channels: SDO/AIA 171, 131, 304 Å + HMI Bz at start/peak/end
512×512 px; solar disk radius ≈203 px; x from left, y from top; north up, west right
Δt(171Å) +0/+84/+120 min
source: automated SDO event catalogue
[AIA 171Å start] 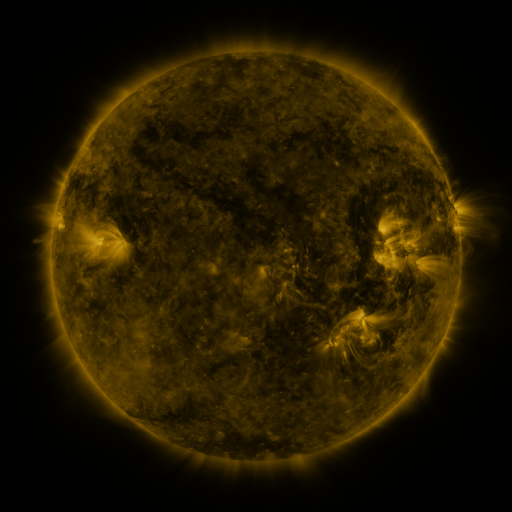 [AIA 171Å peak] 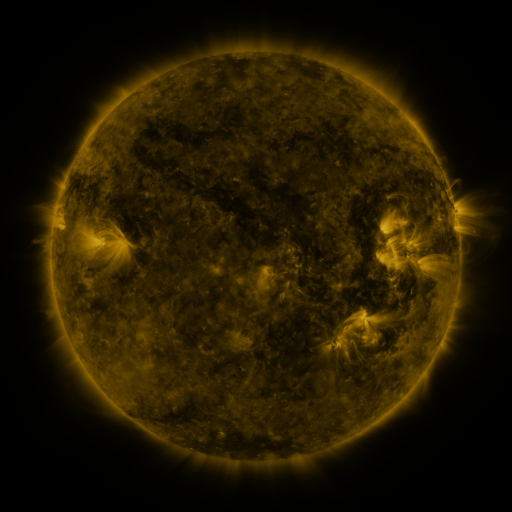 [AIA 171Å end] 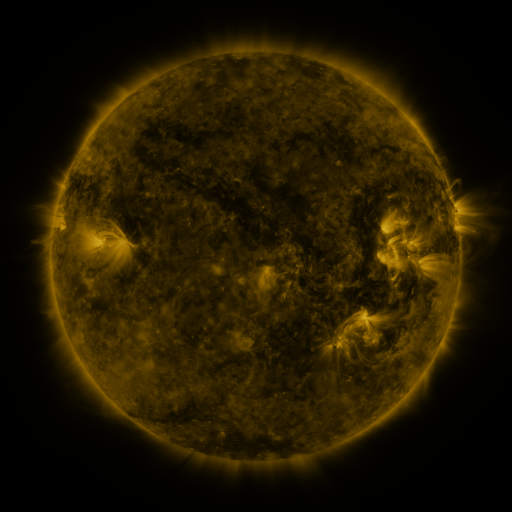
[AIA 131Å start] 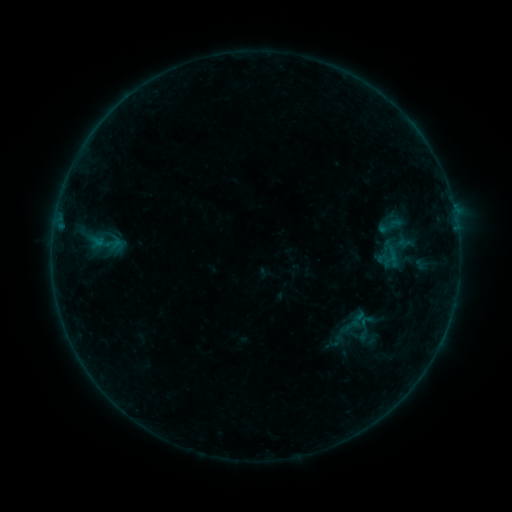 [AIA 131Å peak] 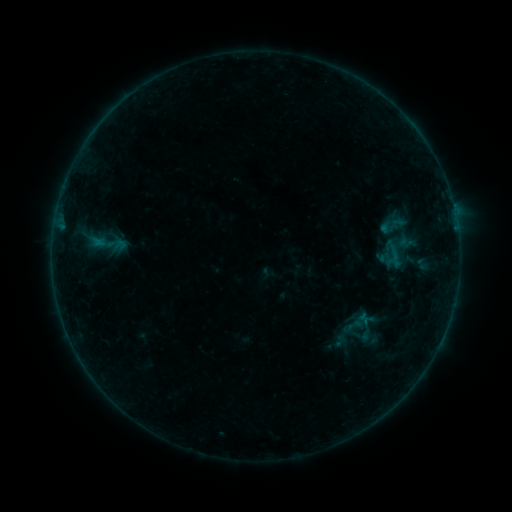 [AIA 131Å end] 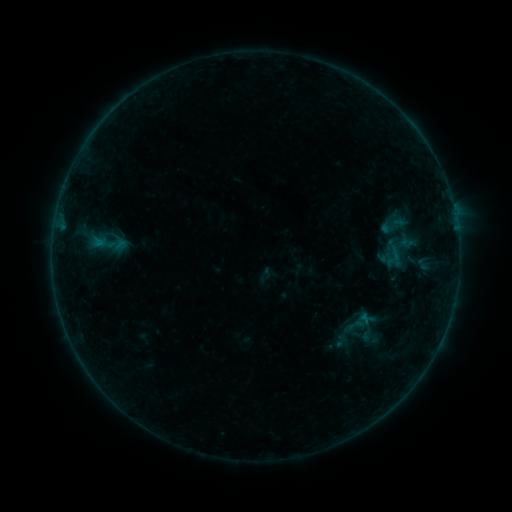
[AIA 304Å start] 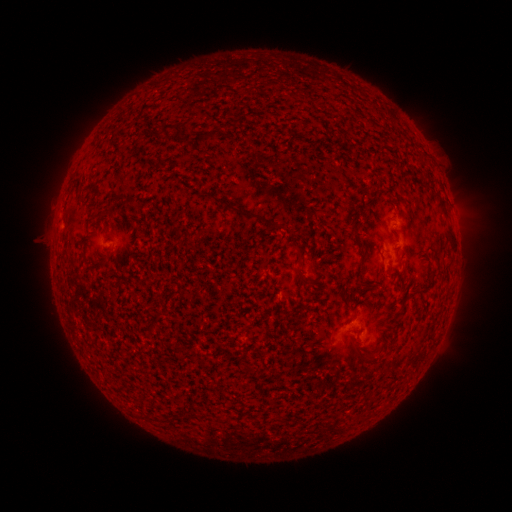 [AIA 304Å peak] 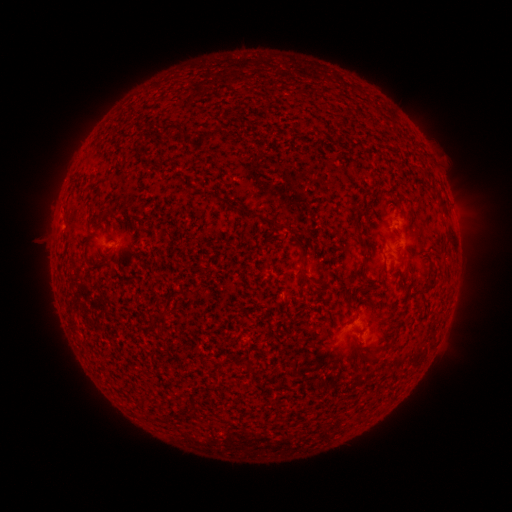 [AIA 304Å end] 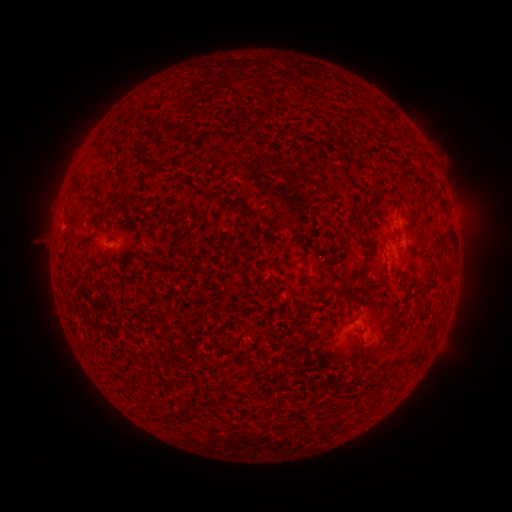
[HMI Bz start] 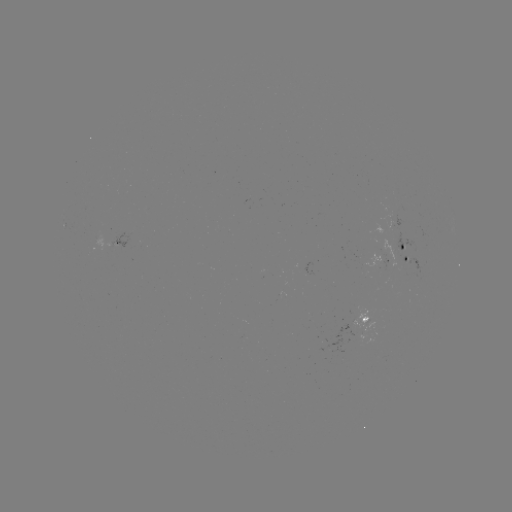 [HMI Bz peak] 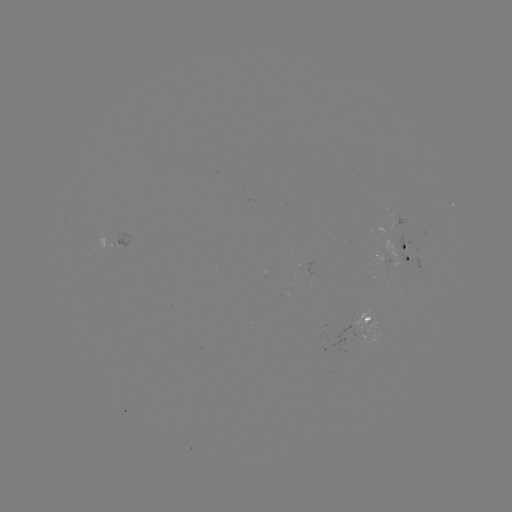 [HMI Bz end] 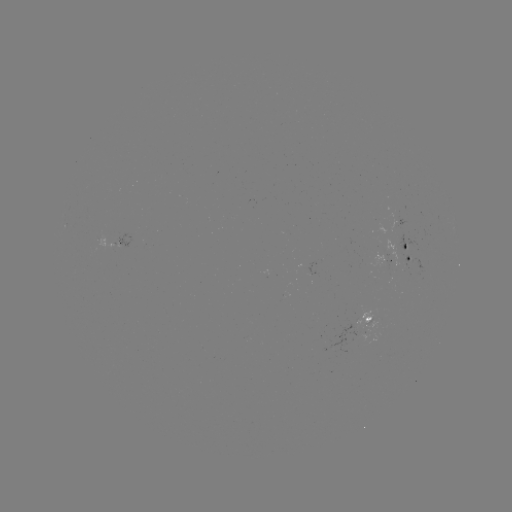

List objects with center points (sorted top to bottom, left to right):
emerging-flux region: (306, 265)
